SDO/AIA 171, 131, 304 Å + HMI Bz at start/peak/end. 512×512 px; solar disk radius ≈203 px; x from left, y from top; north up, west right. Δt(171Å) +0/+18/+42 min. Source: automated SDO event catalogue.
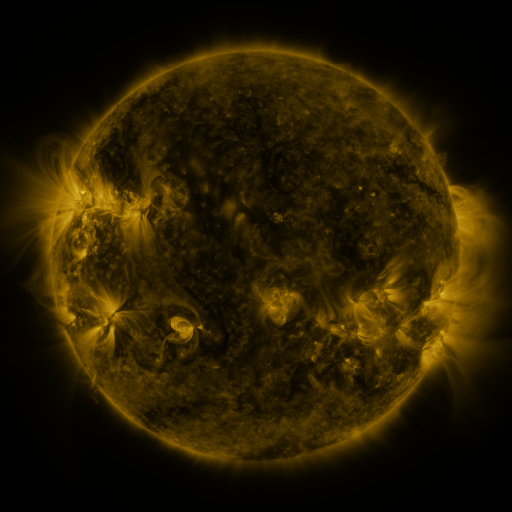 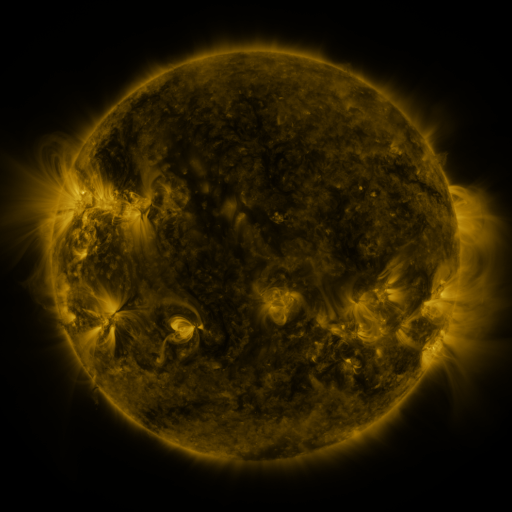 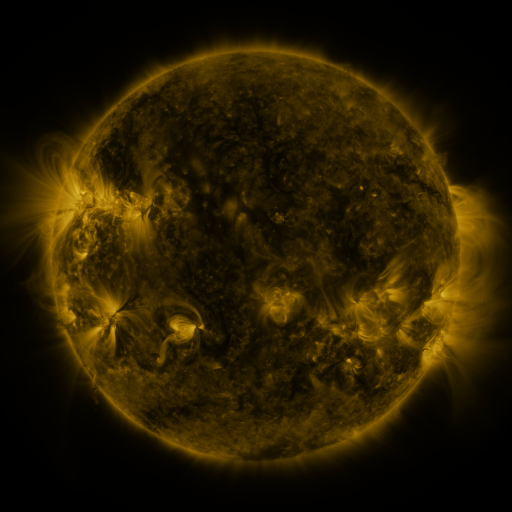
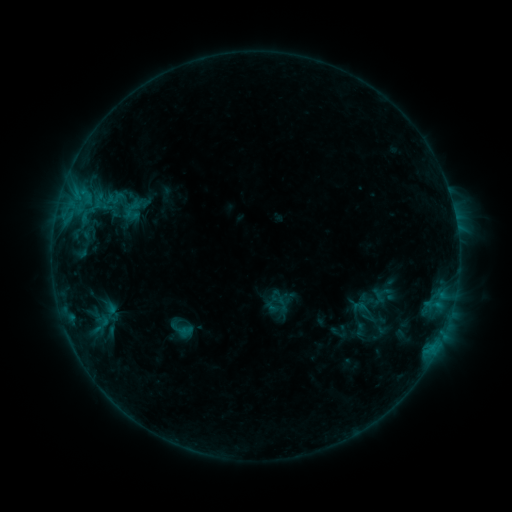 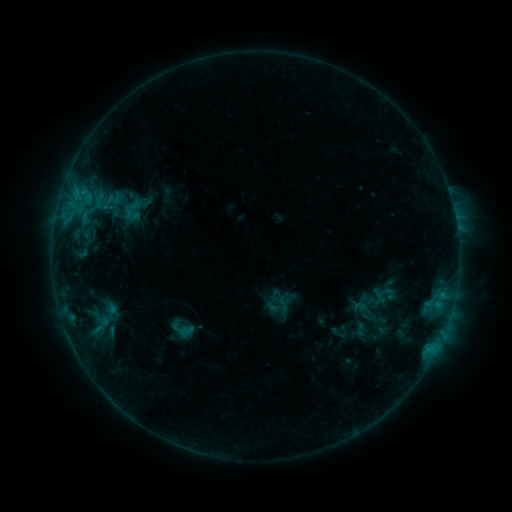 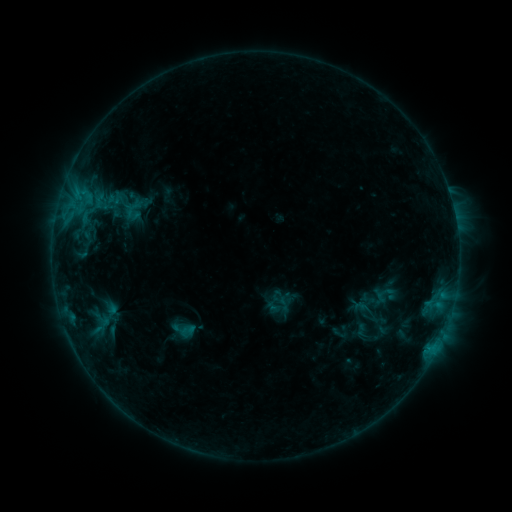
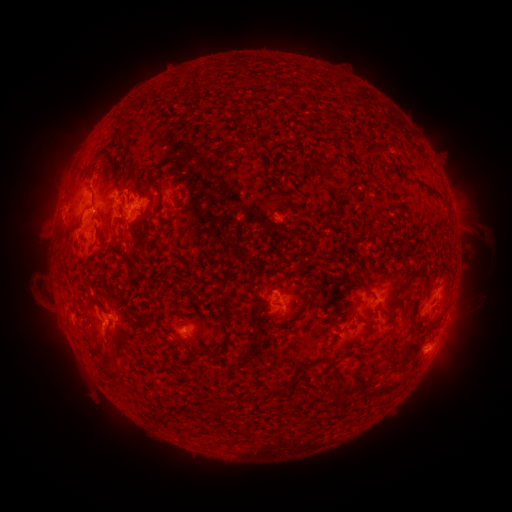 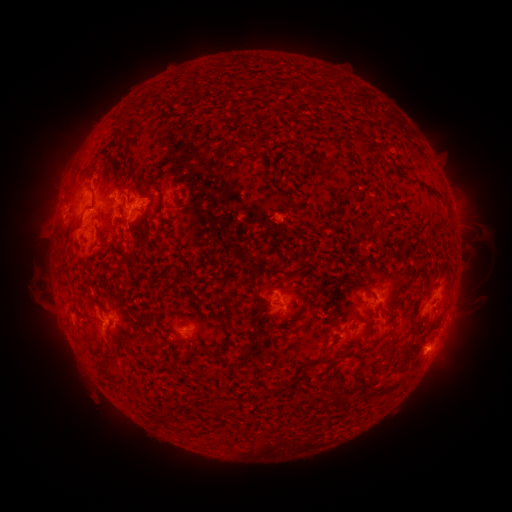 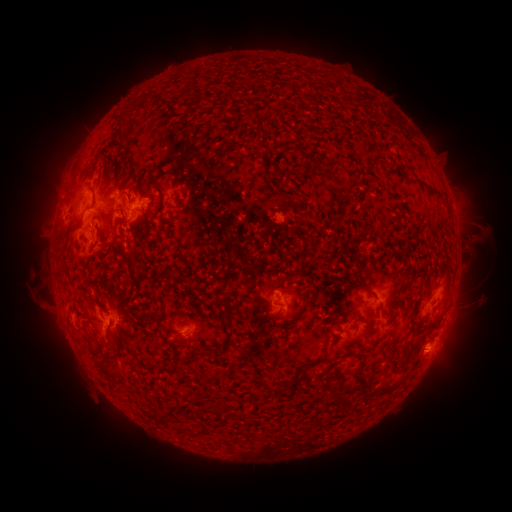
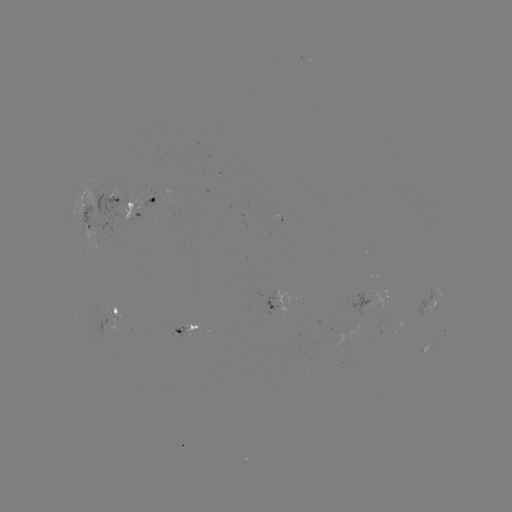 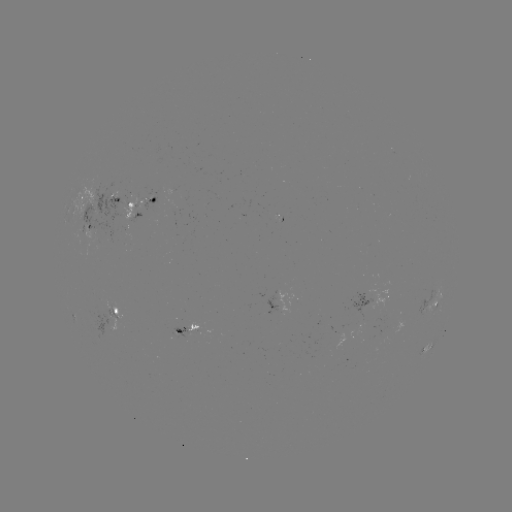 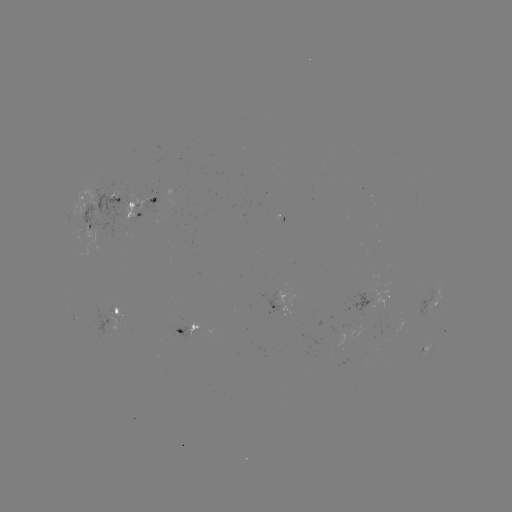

no catalogued flare and no flagged EUV brightening in this window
